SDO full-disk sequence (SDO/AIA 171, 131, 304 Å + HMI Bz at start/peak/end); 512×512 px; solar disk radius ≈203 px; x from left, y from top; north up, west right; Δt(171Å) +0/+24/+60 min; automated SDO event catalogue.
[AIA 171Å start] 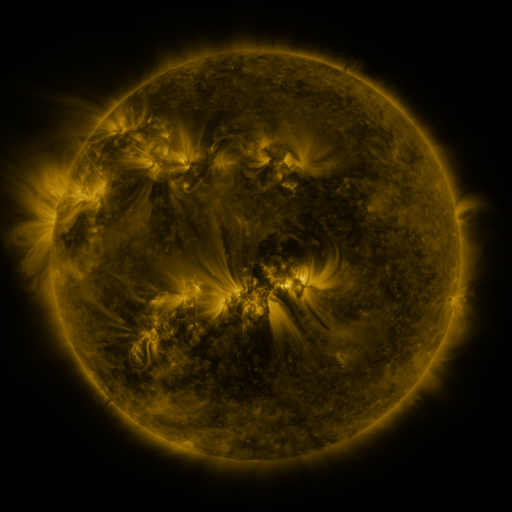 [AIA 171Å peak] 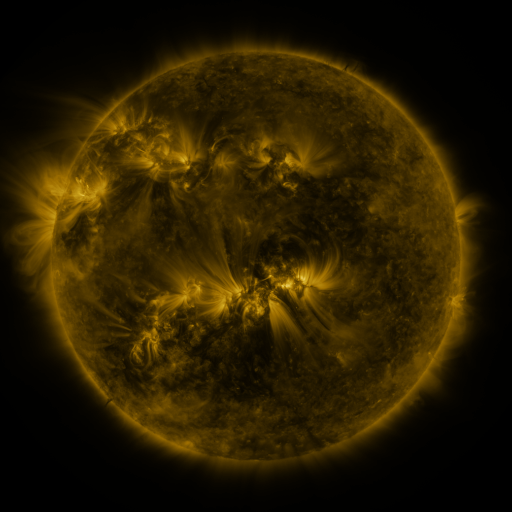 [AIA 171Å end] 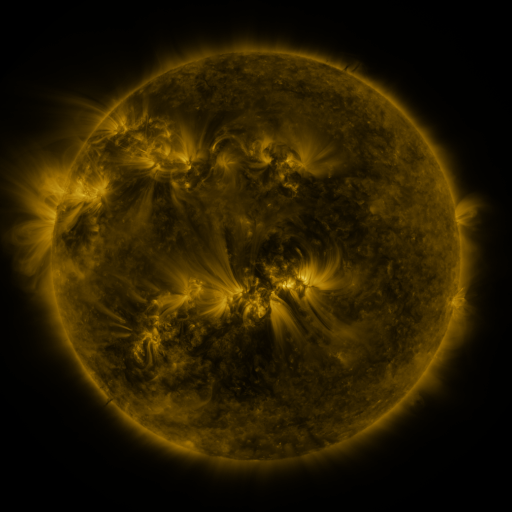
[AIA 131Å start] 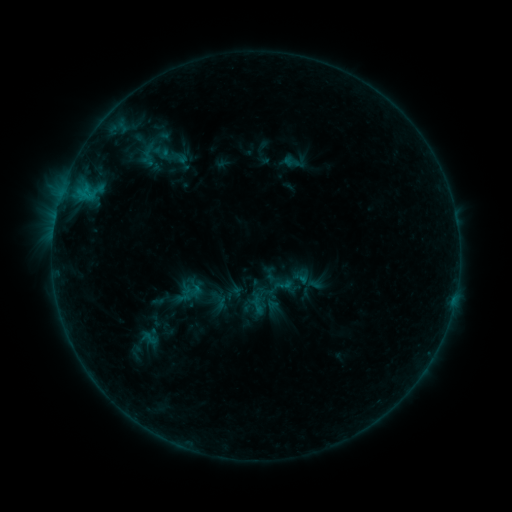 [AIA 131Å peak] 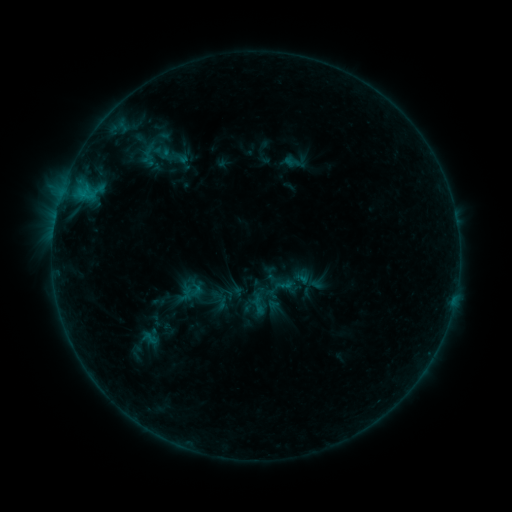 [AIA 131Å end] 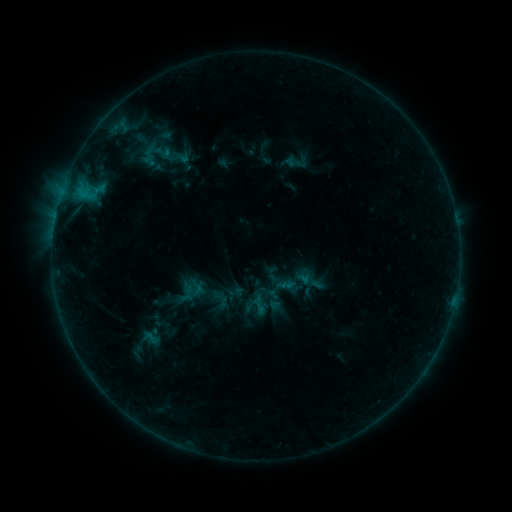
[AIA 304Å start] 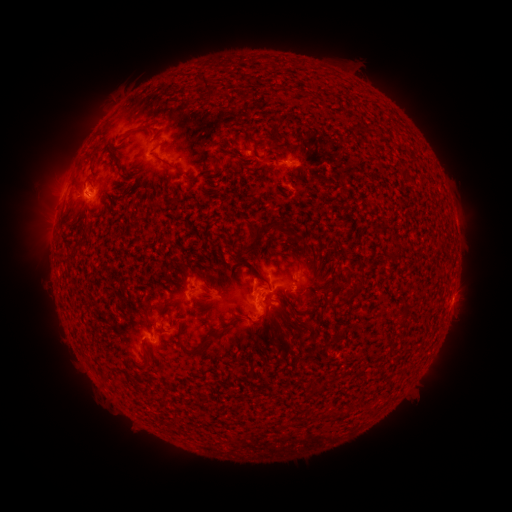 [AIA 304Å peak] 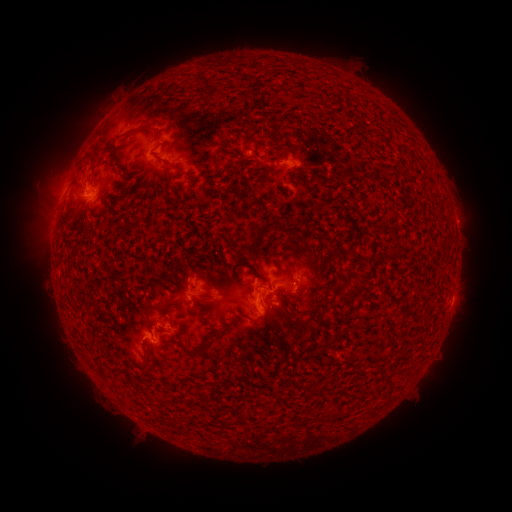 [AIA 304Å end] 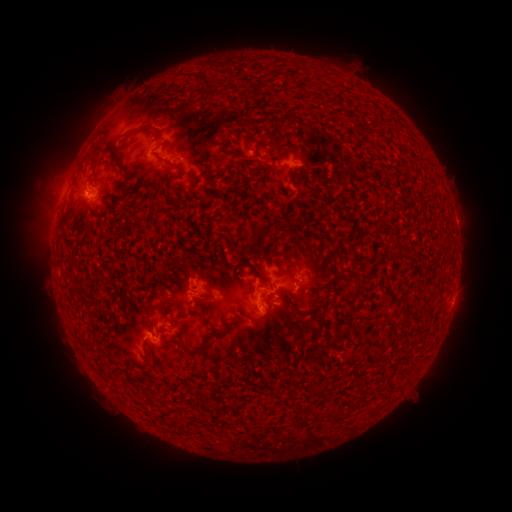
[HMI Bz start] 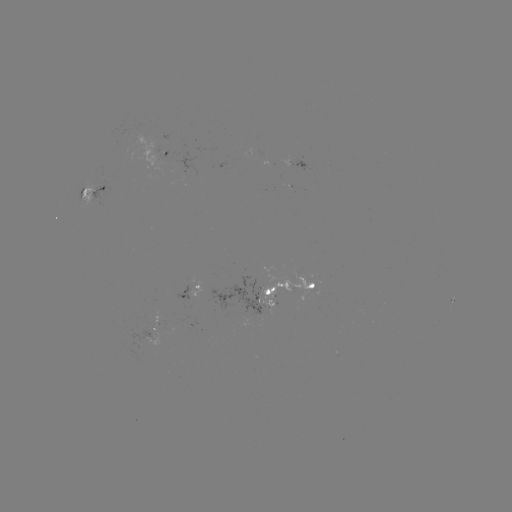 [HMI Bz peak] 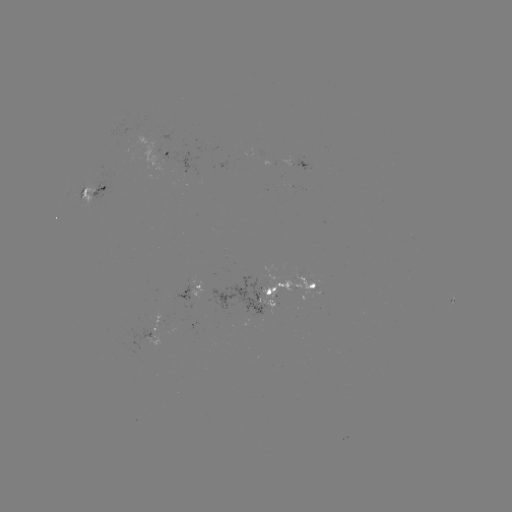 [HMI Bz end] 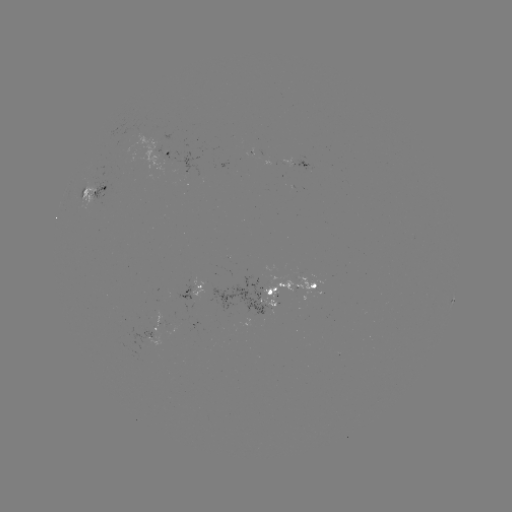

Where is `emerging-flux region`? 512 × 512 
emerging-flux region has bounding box [159, 133, 171, 142].